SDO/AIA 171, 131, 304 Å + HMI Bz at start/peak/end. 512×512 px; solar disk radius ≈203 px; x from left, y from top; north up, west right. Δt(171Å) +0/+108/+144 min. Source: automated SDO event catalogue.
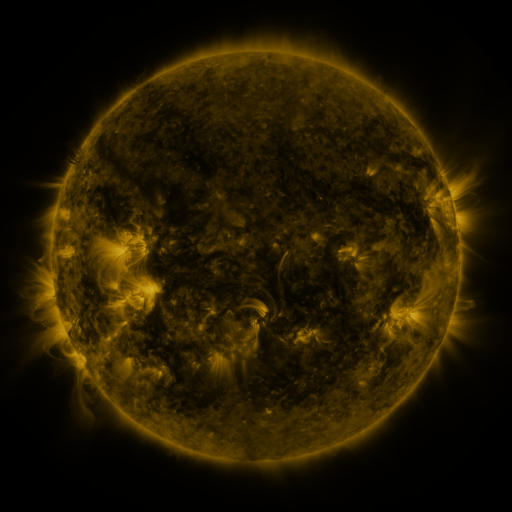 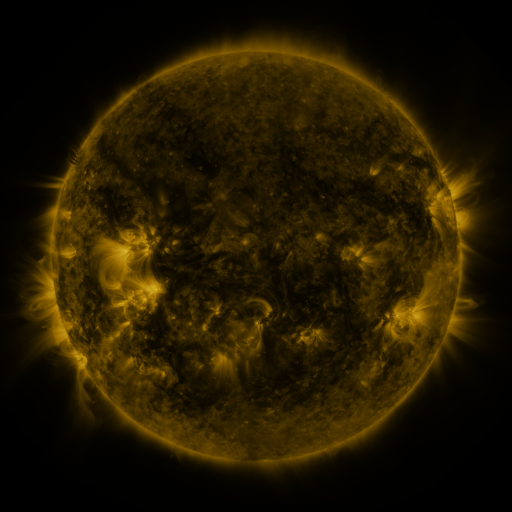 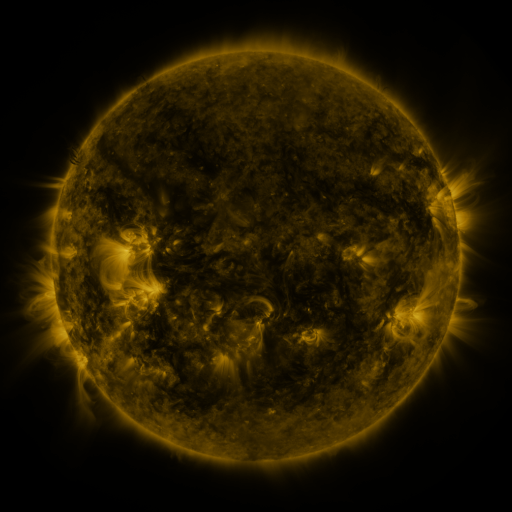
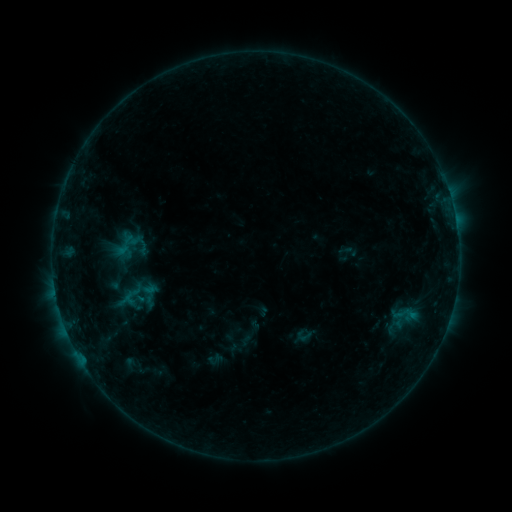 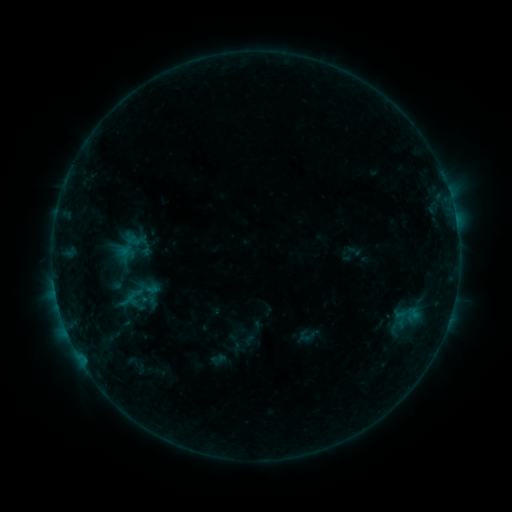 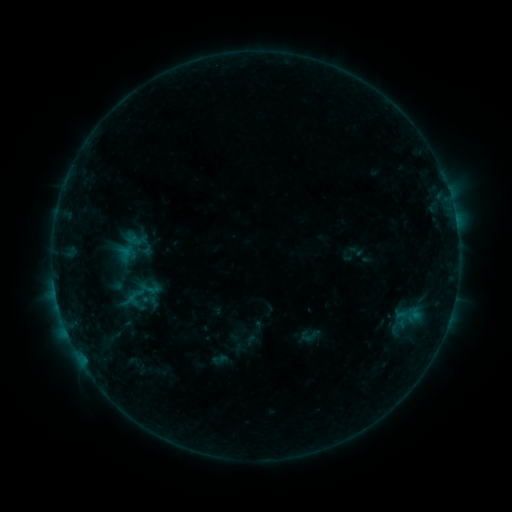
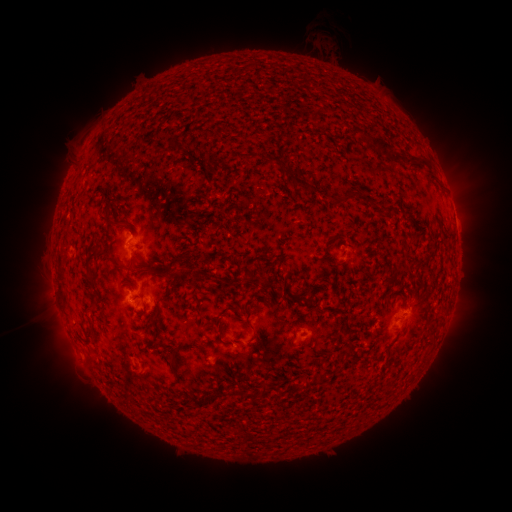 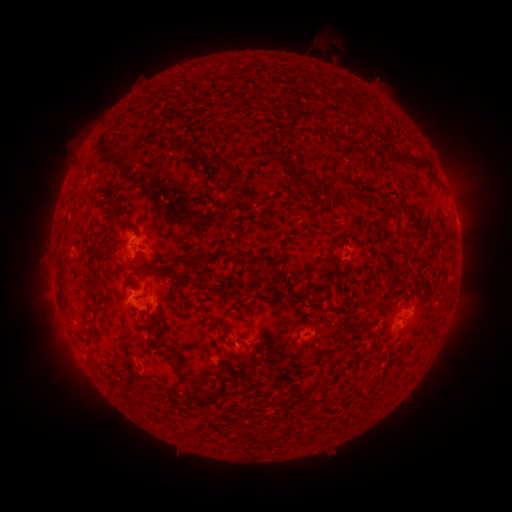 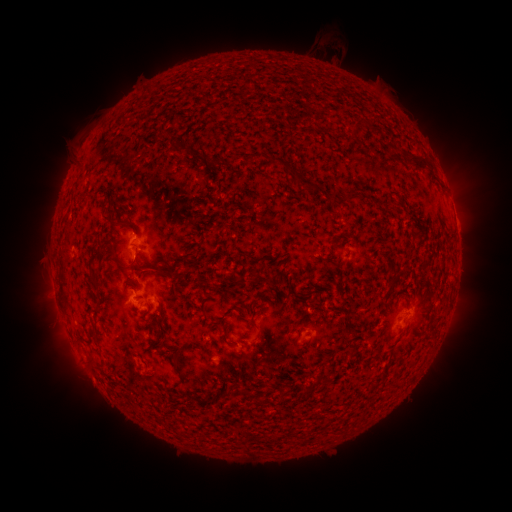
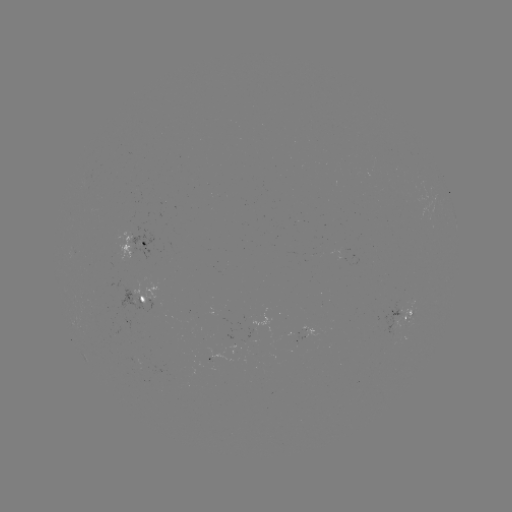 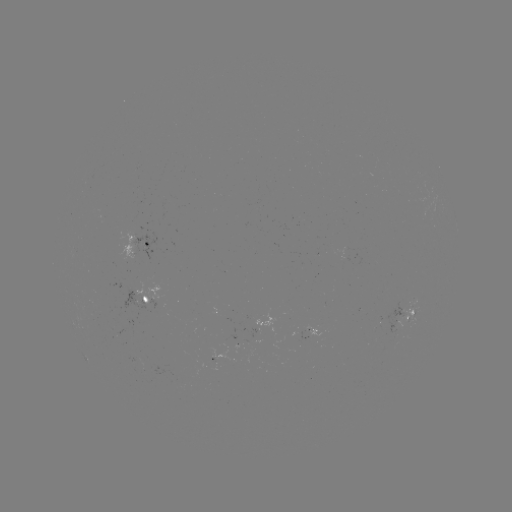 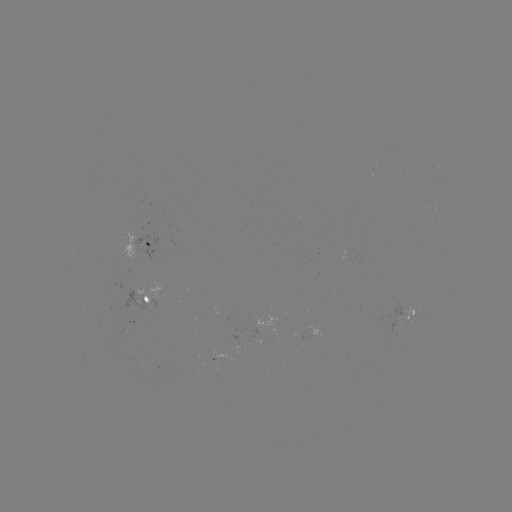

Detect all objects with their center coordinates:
emerging-flux region: (396, 322)
